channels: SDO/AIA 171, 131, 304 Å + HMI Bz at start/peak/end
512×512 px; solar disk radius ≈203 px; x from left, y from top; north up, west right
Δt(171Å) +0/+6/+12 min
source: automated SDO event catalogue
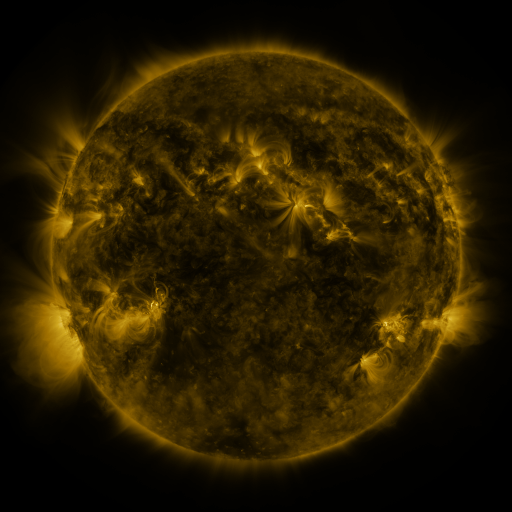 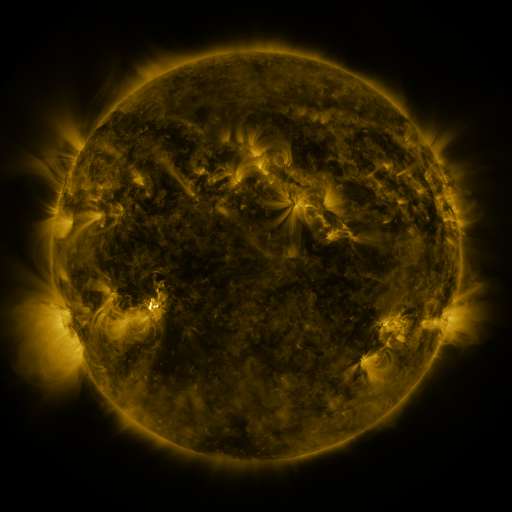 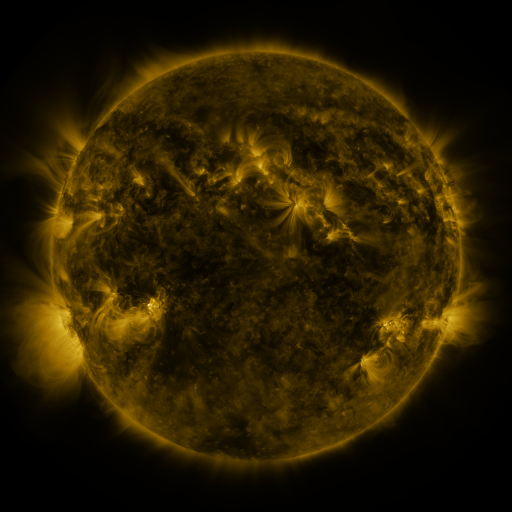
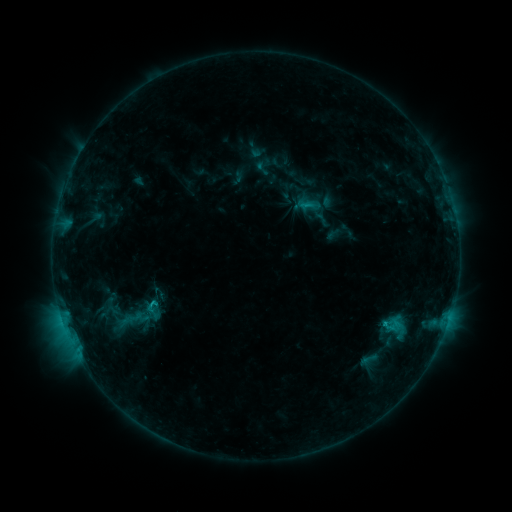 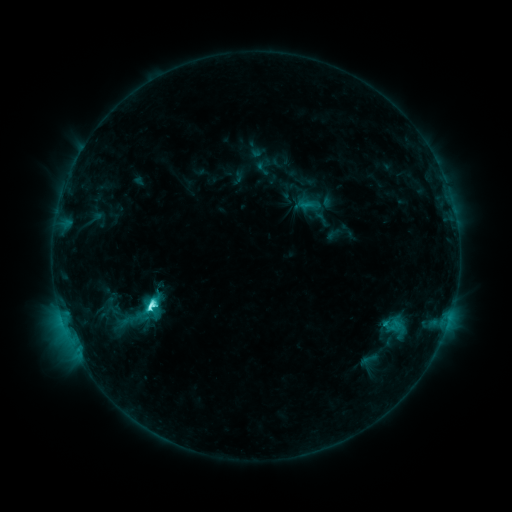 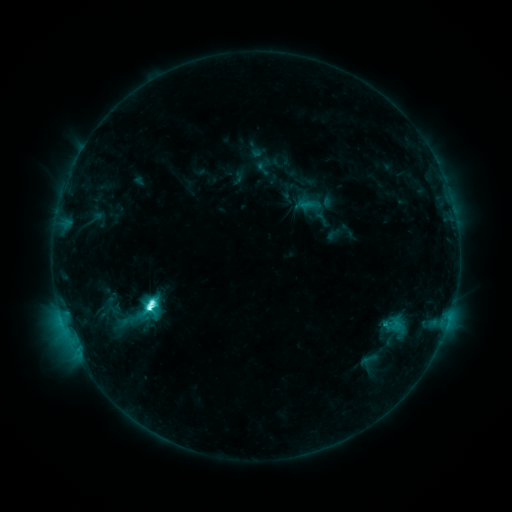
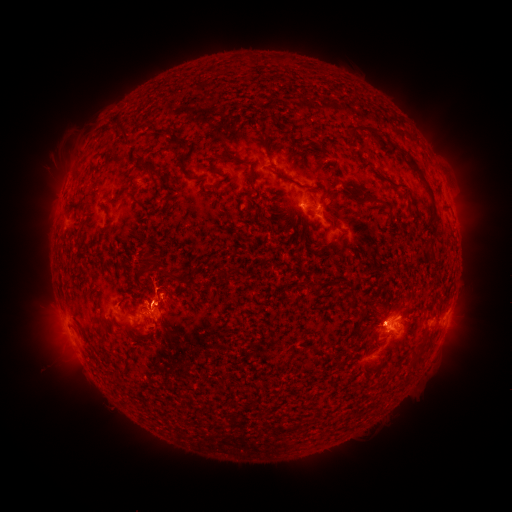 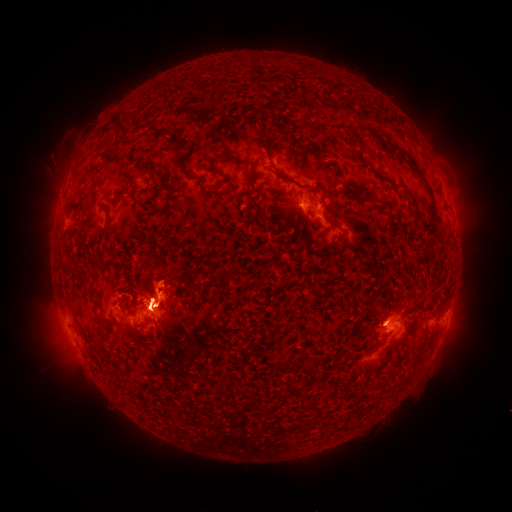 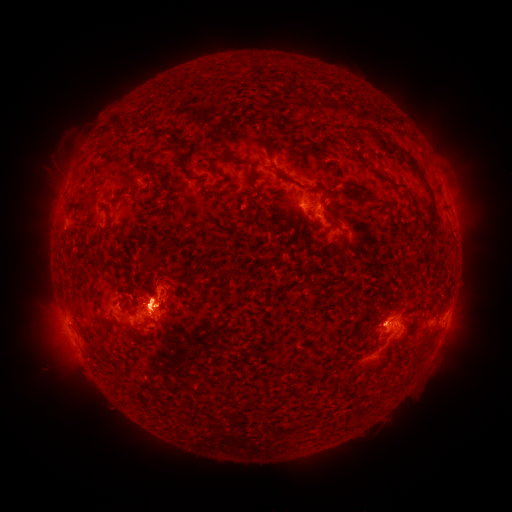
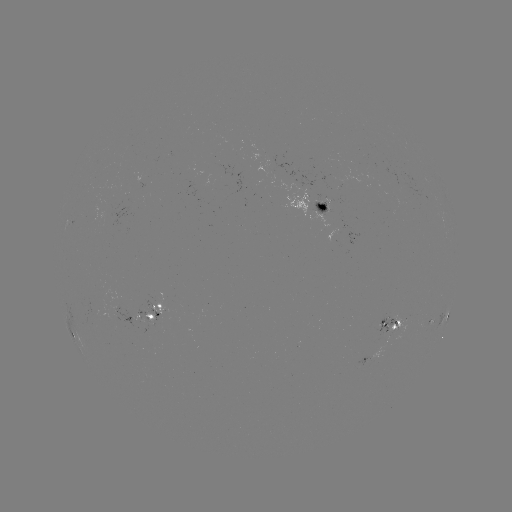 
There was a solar eruption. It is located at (468, 188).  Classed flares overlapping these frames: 1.